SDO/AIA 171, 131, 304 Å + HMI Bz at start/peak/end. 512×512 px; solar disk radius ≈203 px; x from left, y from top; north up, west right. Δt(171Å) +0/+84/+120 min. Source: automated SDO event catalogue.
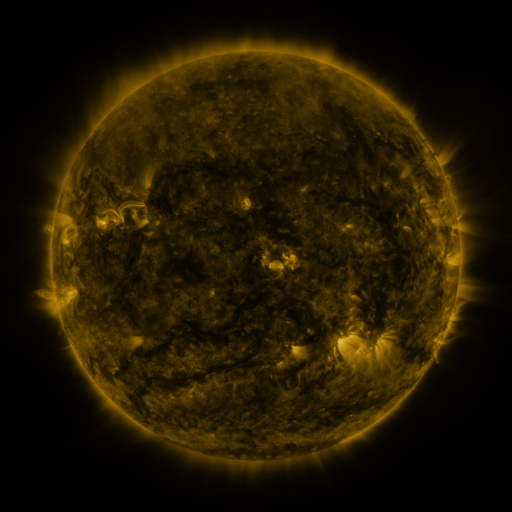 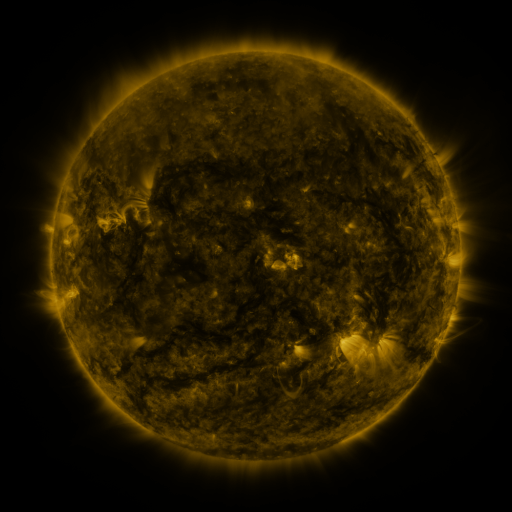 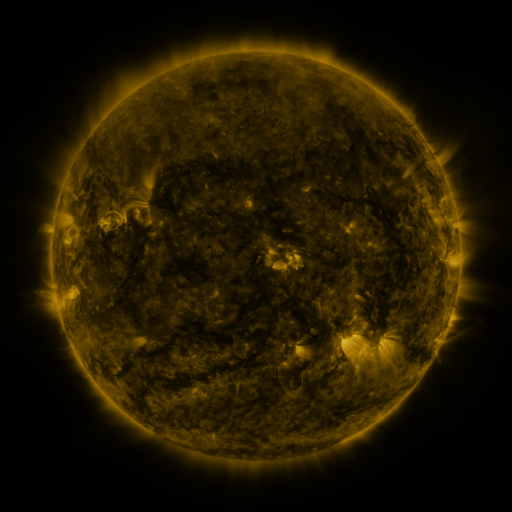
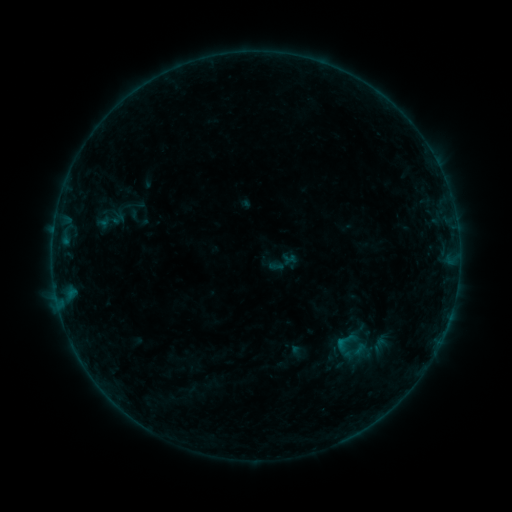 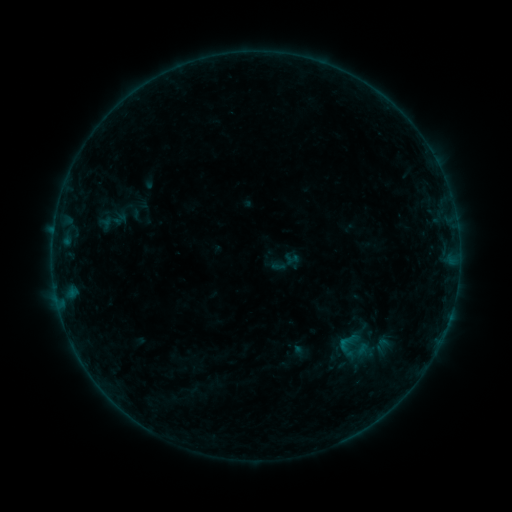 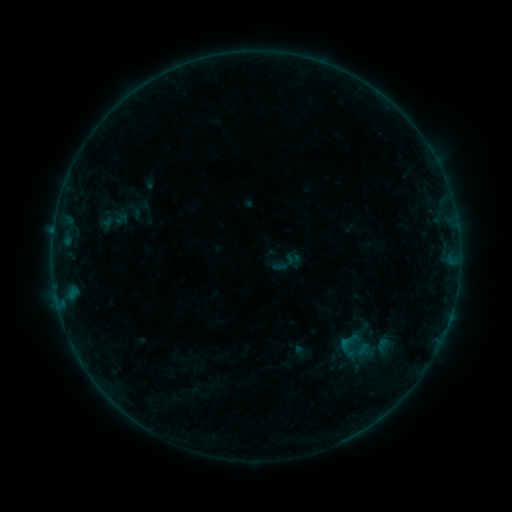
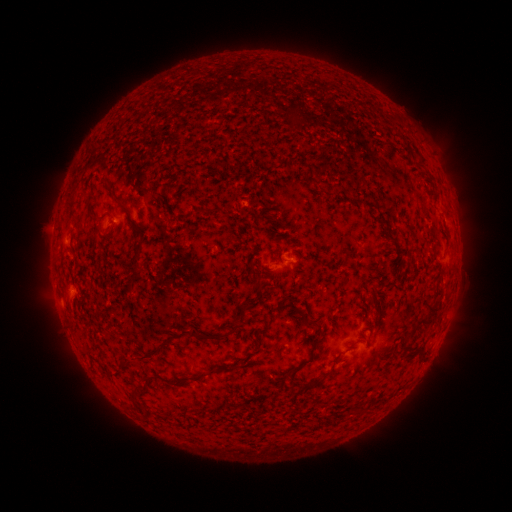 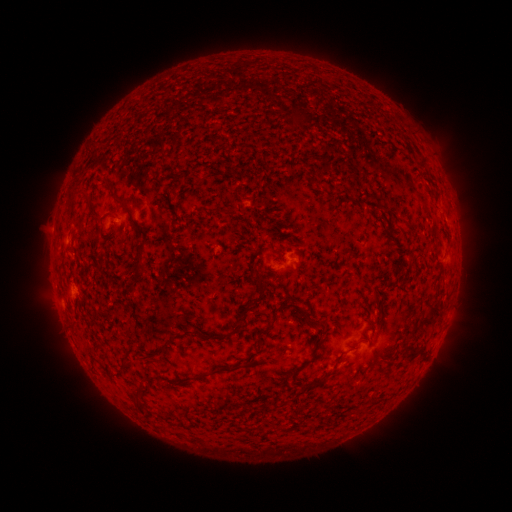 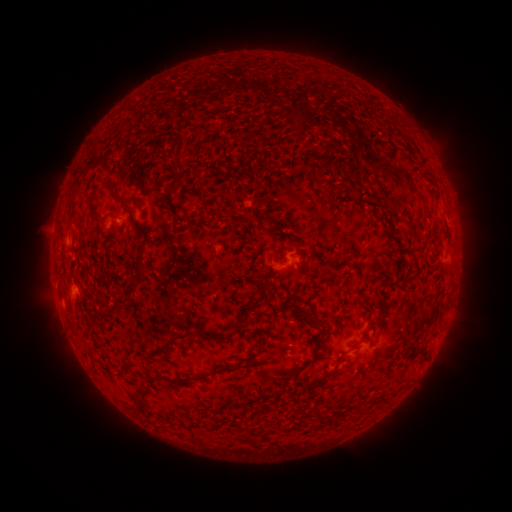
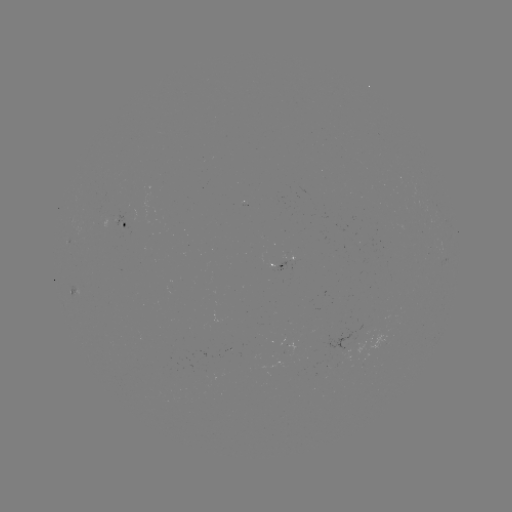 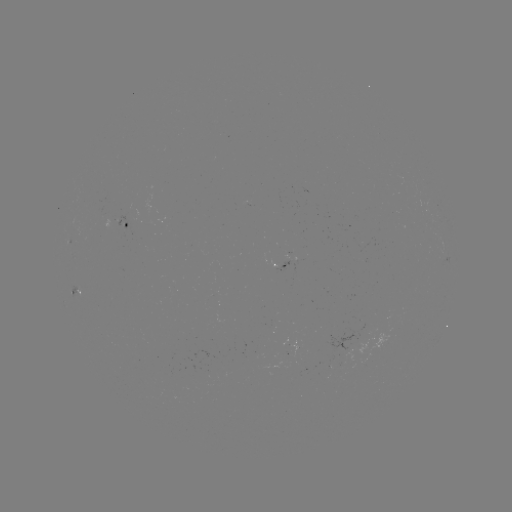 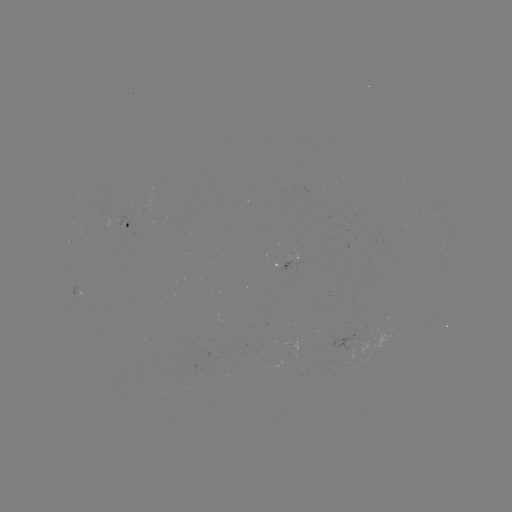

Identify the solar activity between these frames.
emerging-flux region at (360, 345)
